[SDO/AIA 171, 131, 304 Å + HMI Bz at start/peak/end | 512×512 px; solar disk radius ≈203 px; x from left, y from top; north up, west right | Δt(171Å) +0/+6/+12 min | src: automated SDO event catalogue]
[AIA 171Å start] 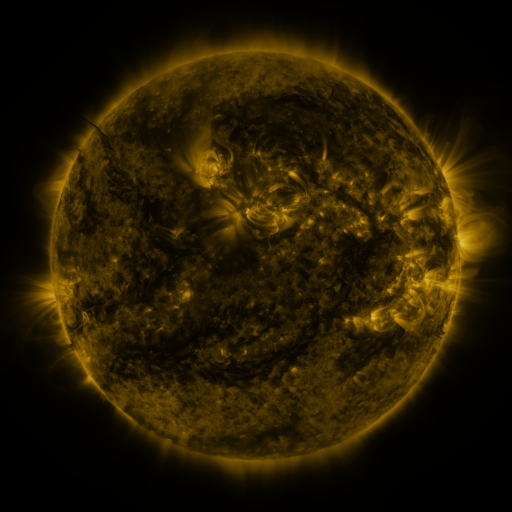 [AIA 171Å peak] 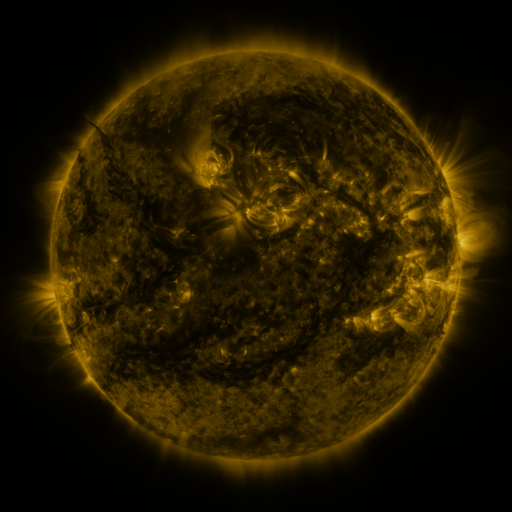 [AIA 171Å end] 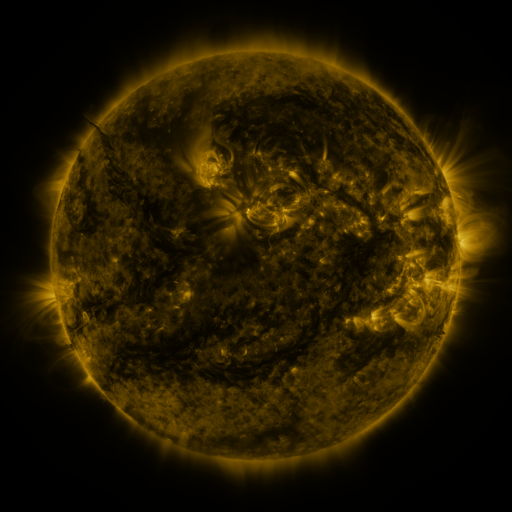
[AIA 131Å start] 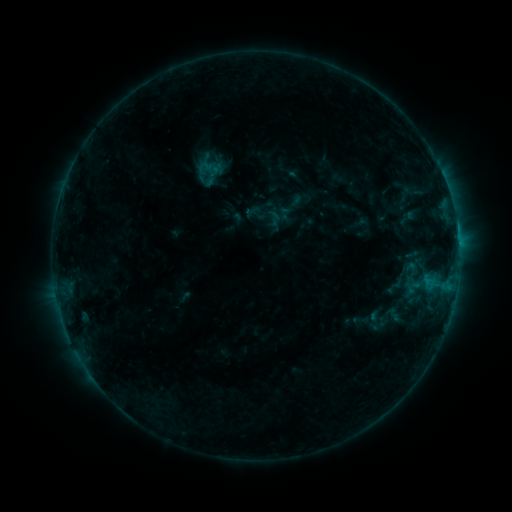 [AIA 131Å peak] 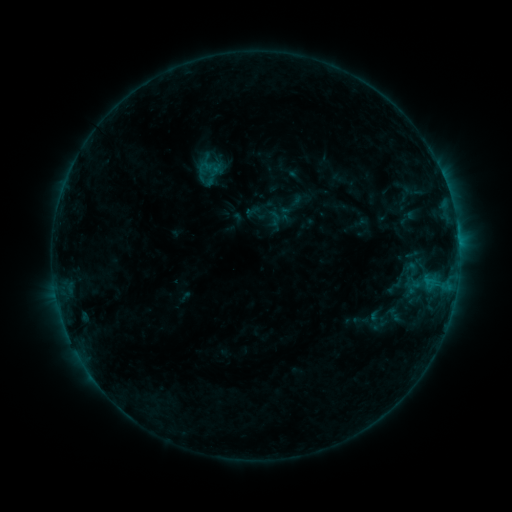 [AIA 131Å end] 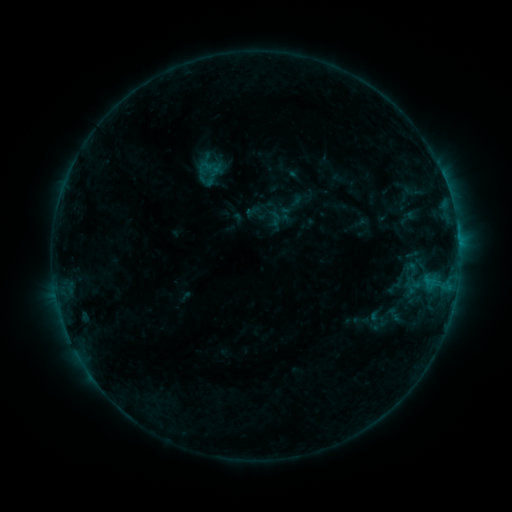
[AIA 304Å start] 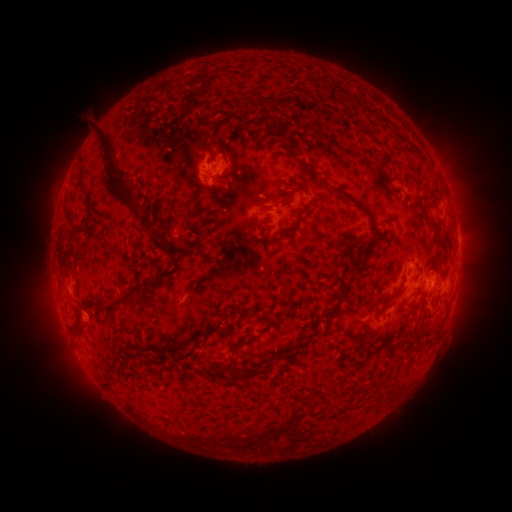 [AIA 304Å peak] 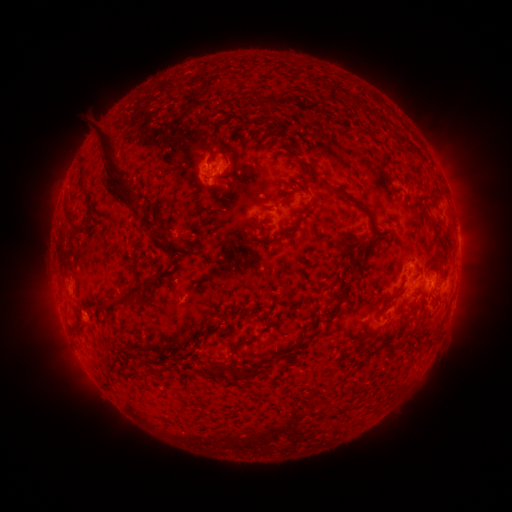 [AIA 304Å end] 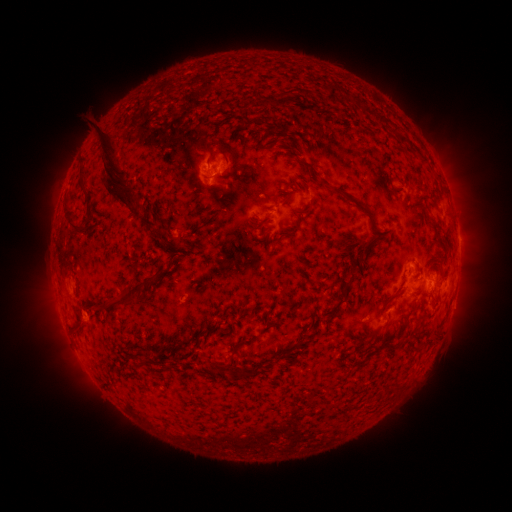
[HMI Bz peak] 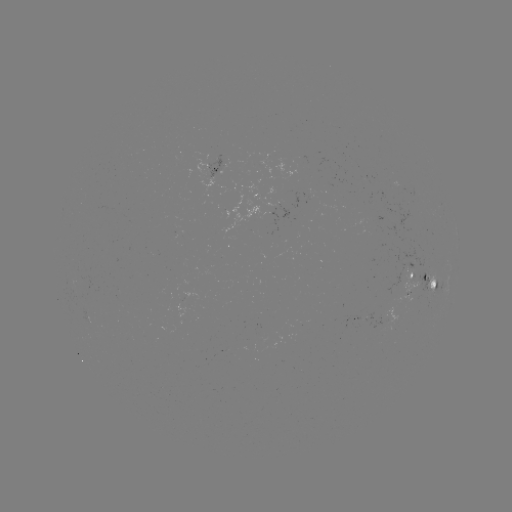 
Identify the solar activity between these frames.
no catalogued flare and no flagged EUV brightening in this window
